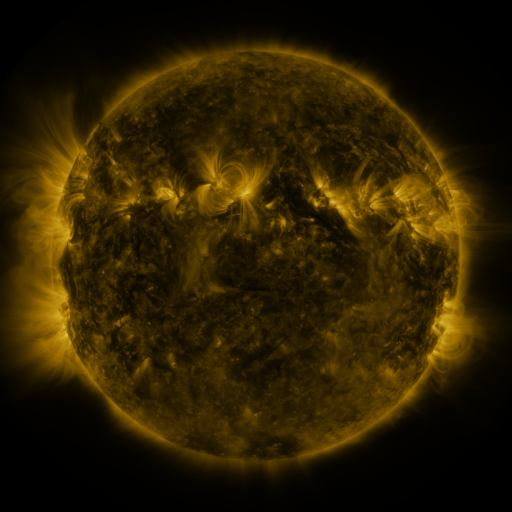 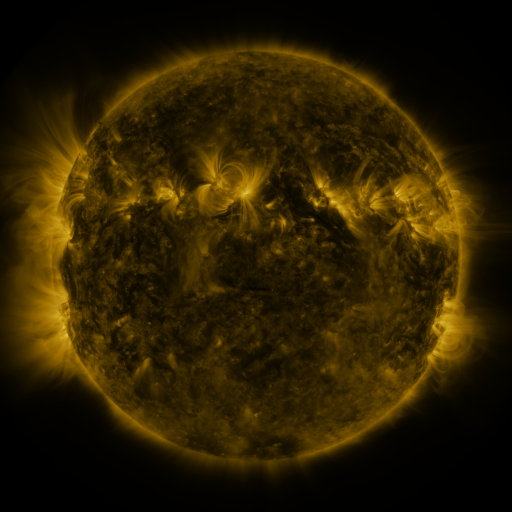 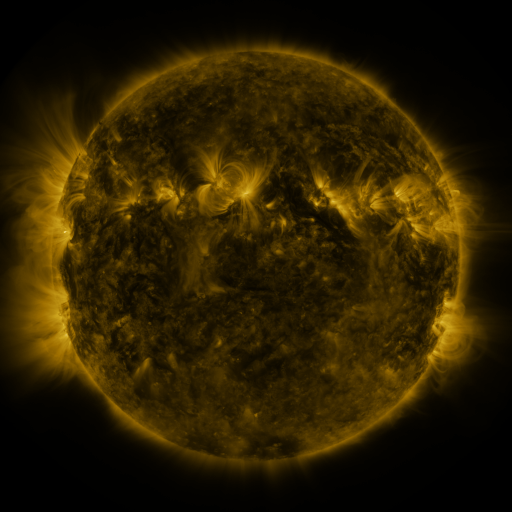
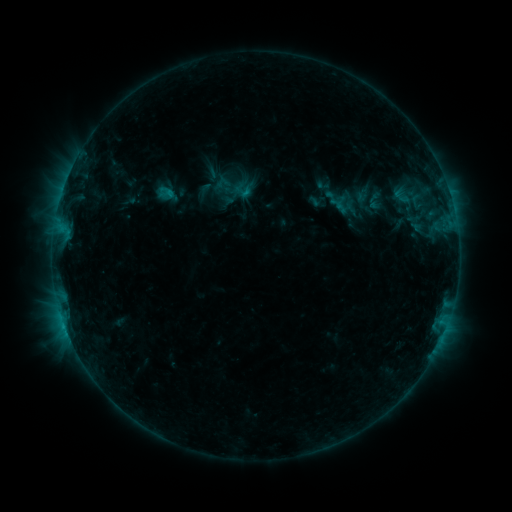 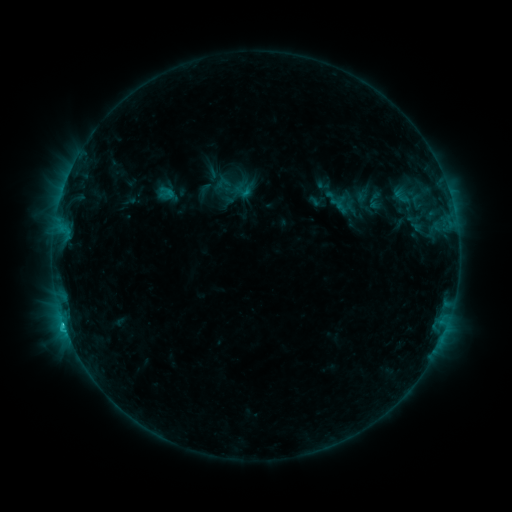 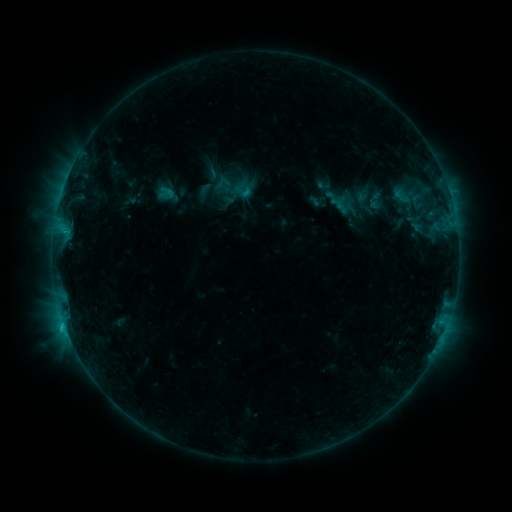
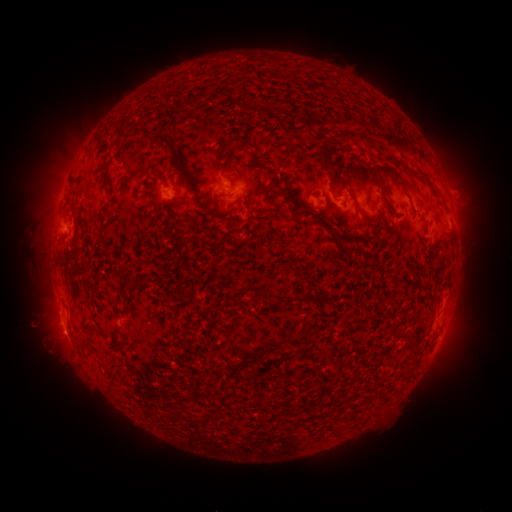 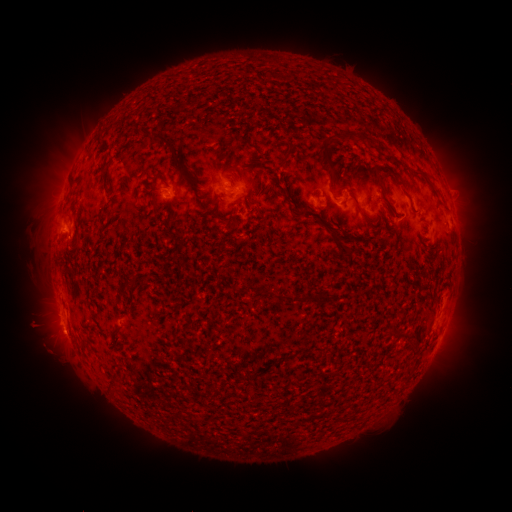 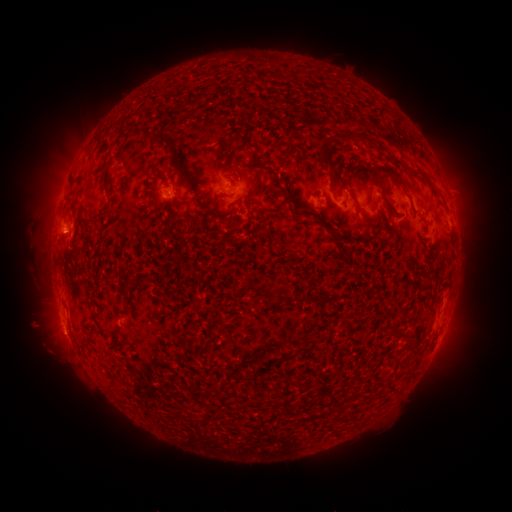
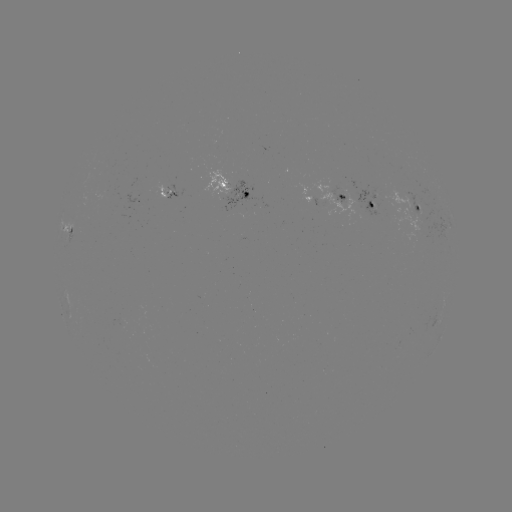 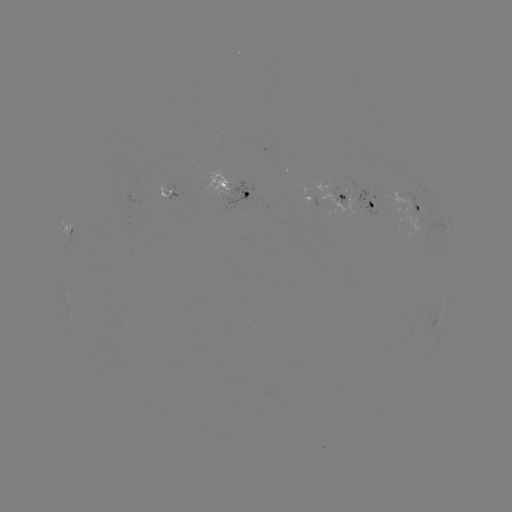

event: flare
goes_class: C1.2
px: (65, 325)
